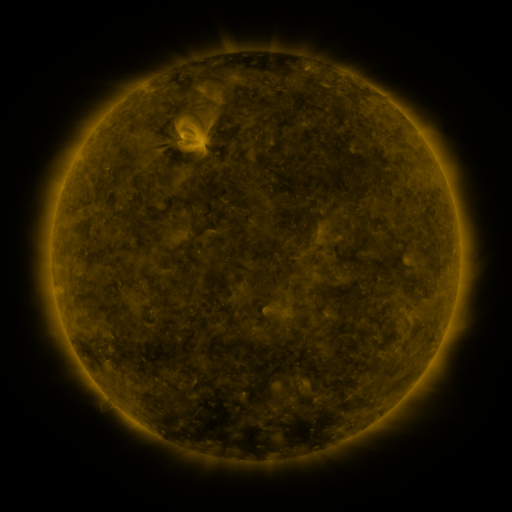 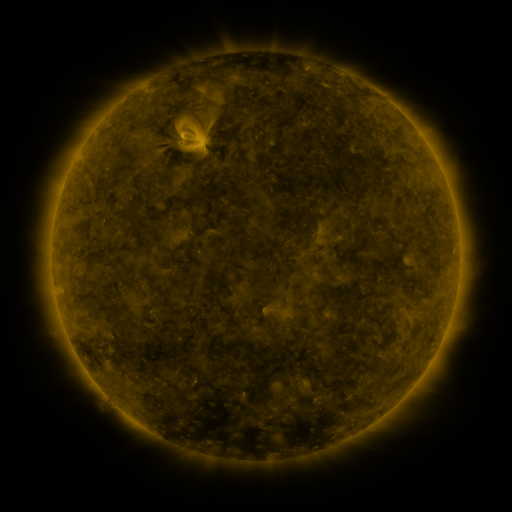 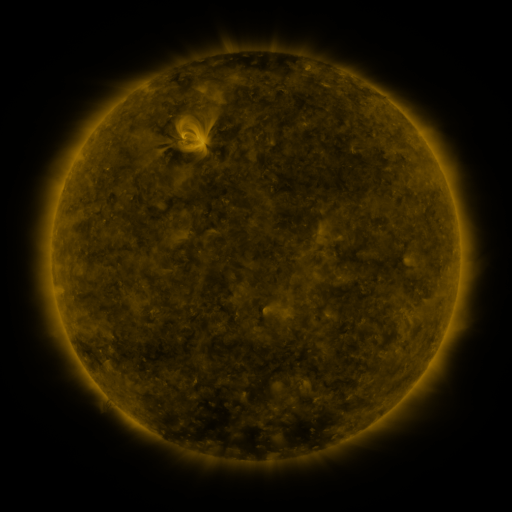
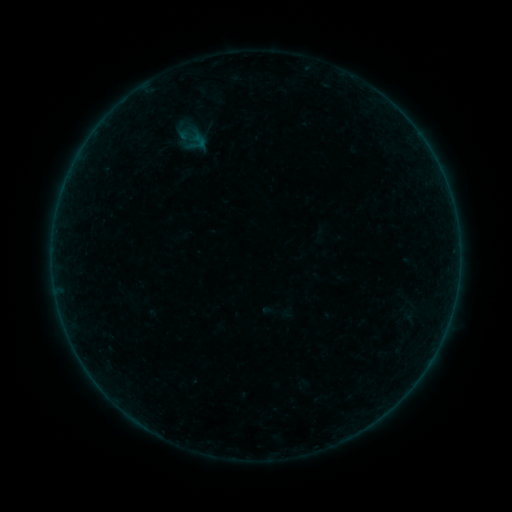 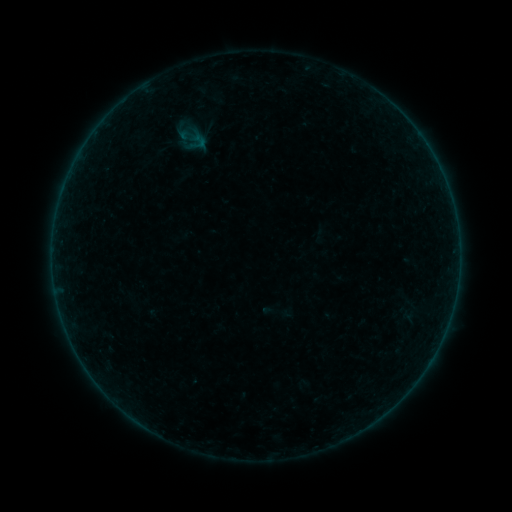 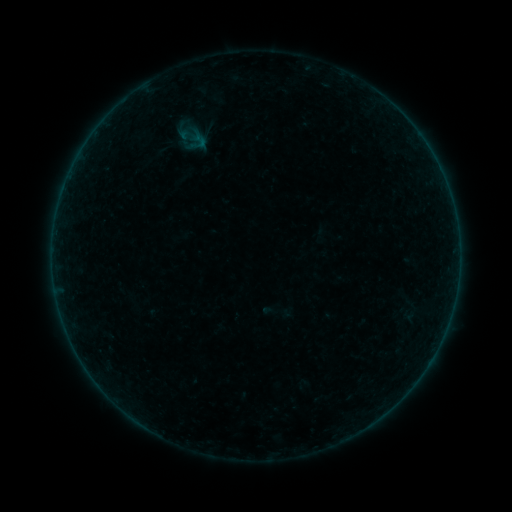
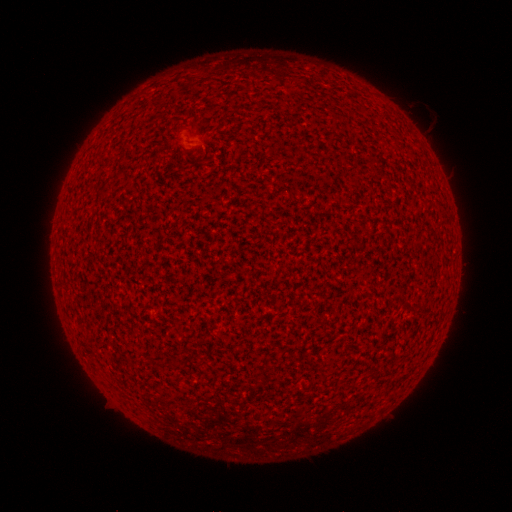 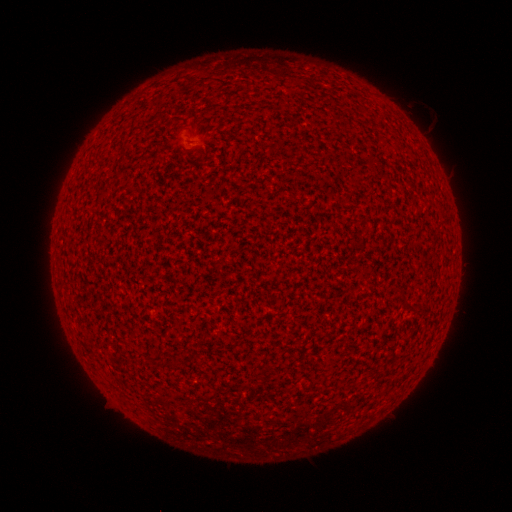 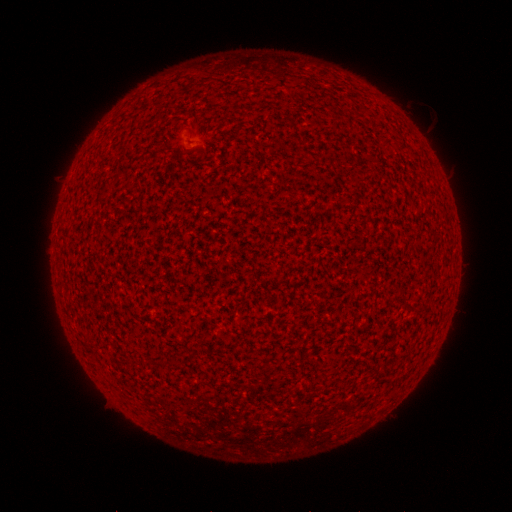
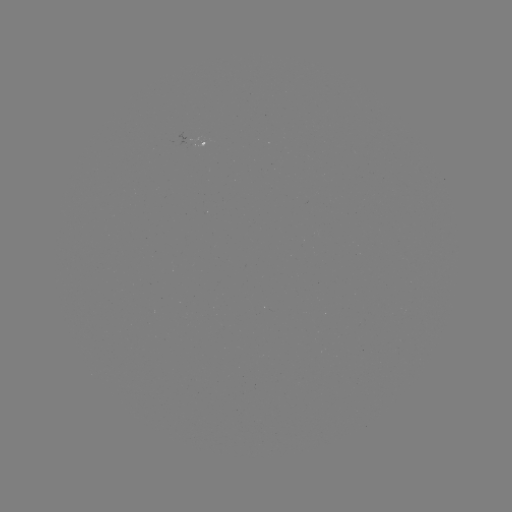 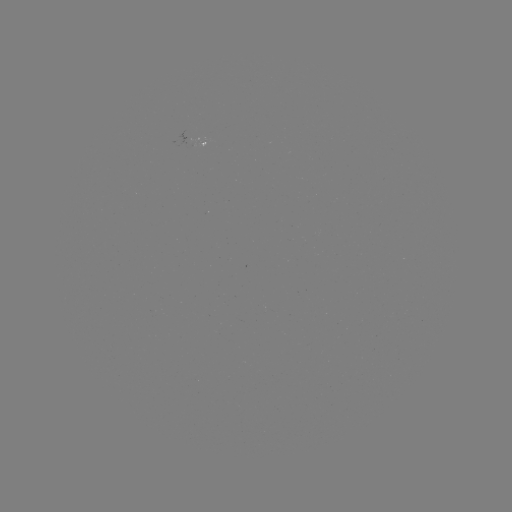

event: flare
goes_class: A6.9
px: (137, 417)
